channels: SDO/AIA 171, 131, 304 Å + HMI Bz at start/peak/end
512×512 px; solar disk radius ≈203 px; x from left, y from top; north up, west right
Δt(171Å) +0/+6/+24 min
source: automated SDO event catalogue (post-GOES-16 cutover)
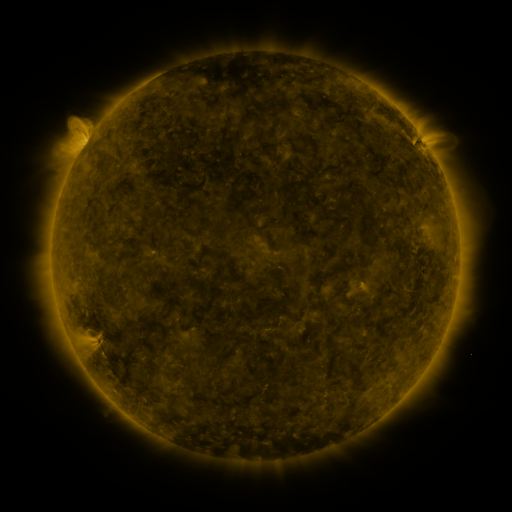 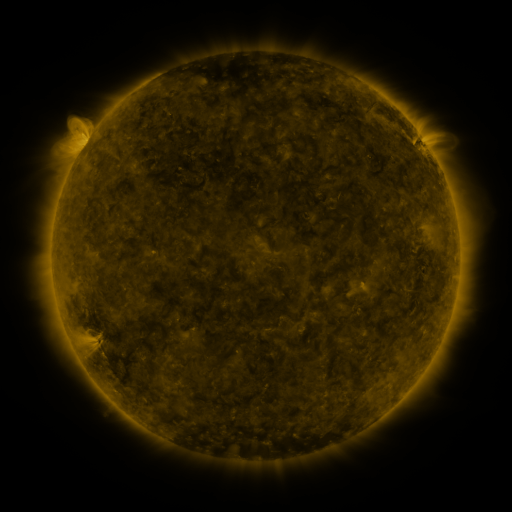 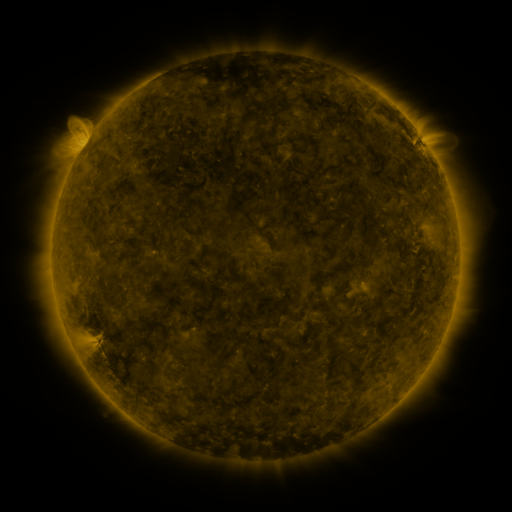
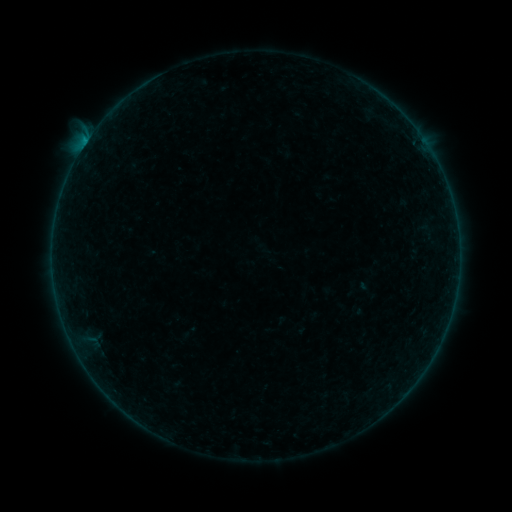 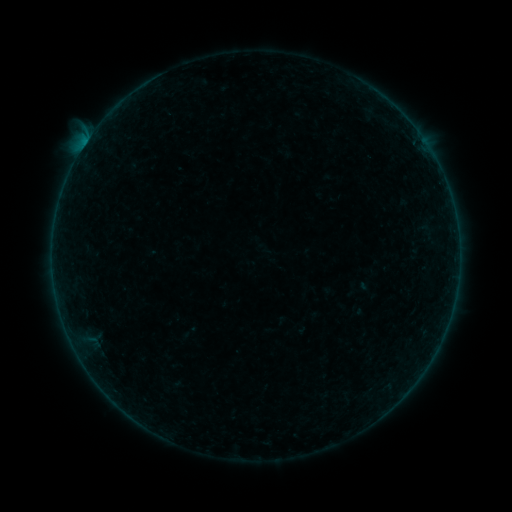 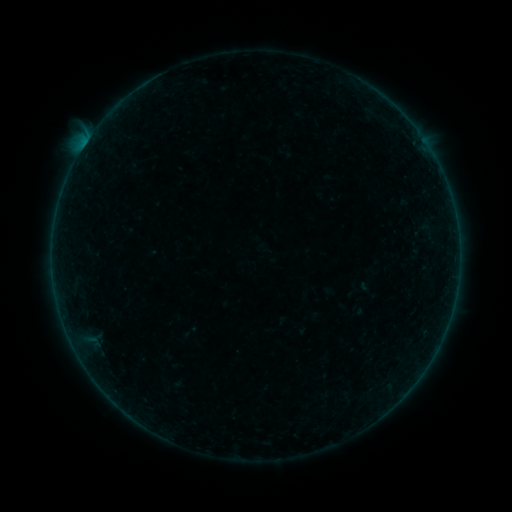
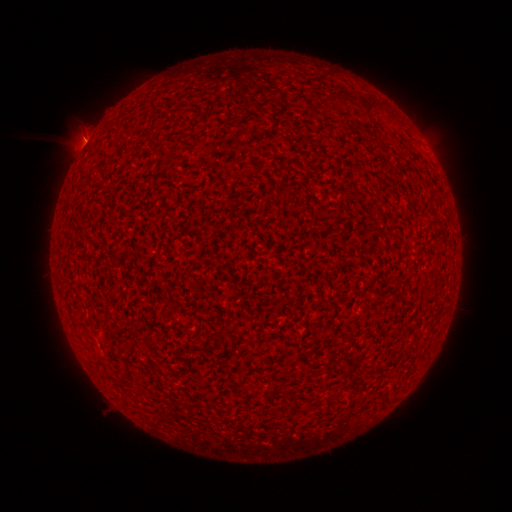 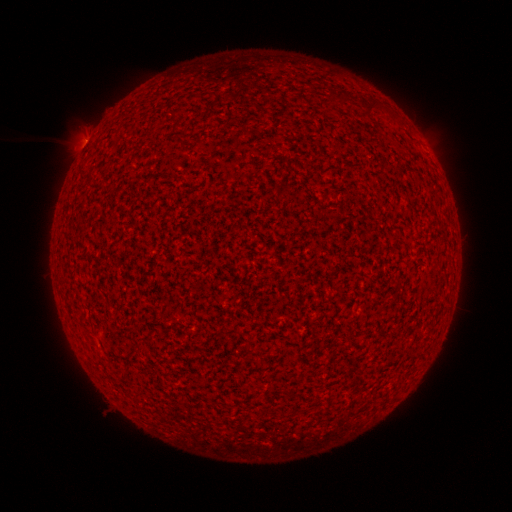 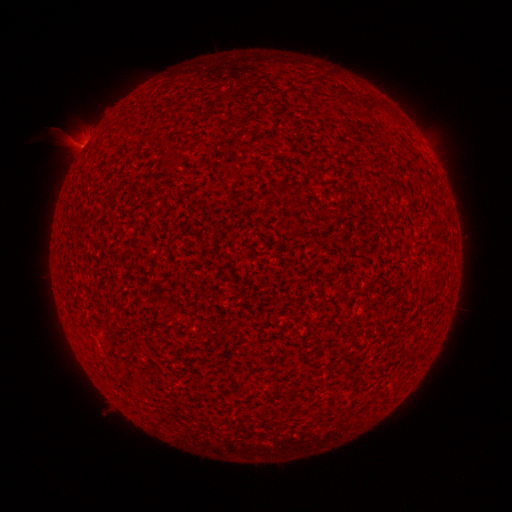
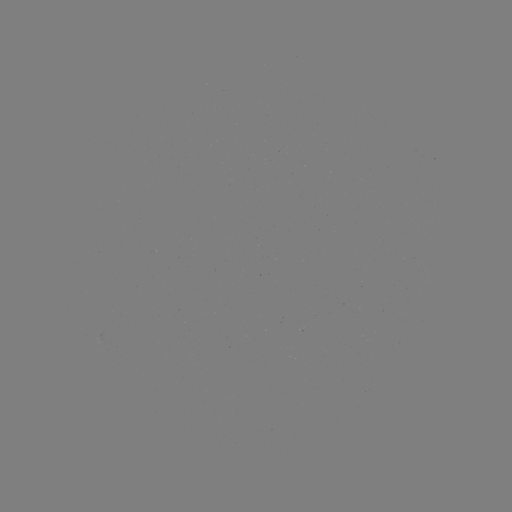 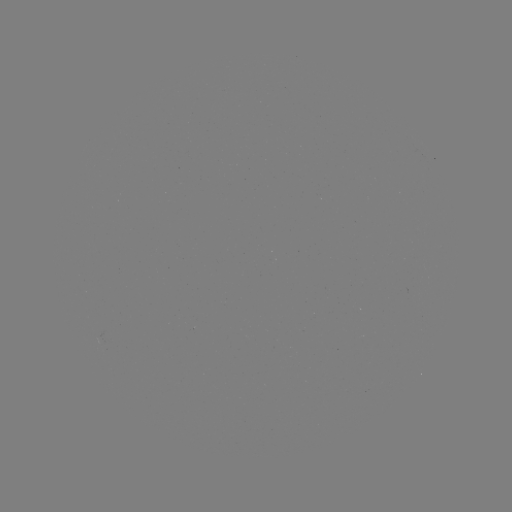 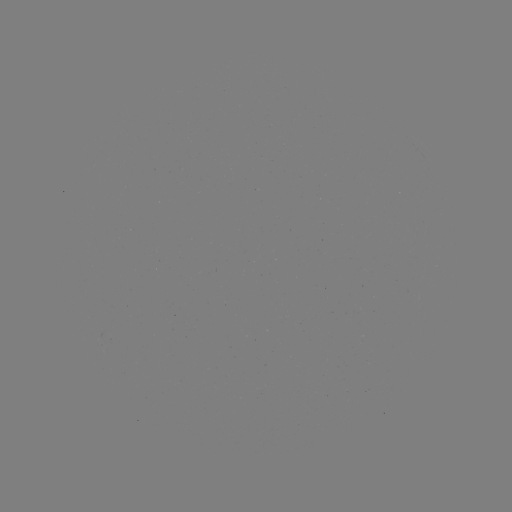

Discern B2.9 flare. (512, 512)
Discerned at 83,148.